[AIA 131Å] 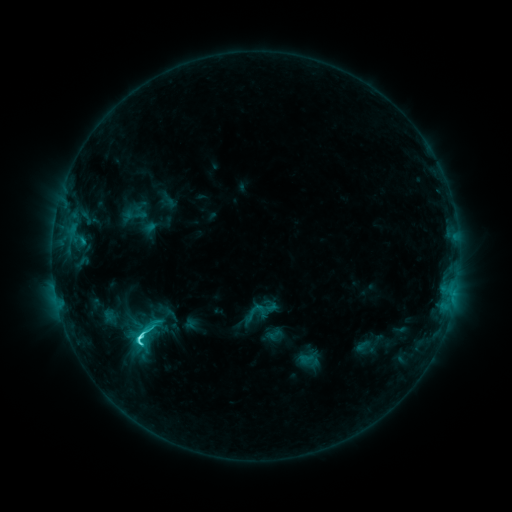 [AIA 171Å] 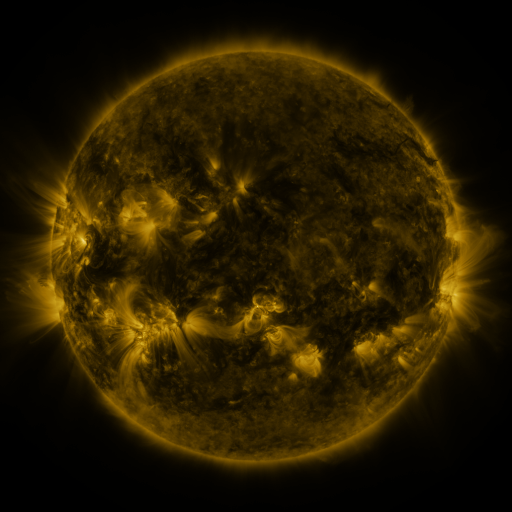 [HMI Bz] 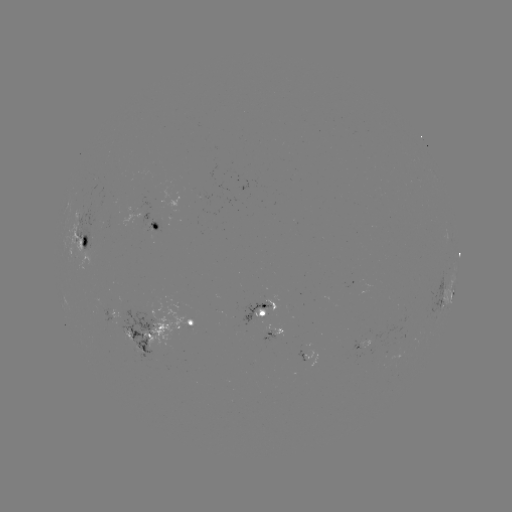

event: sigmoid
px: (141, 334)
